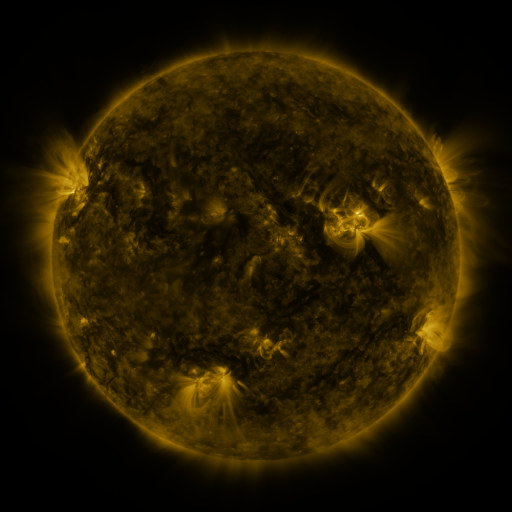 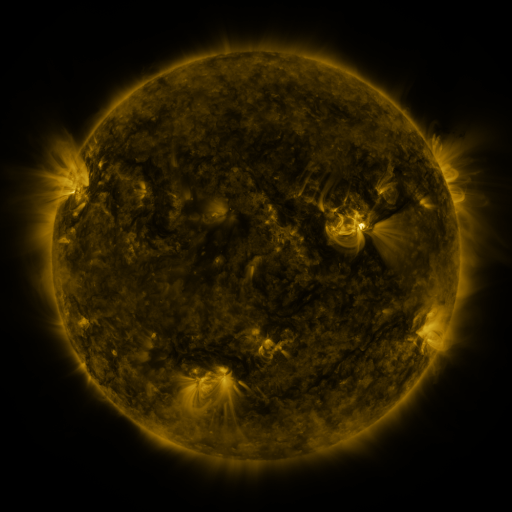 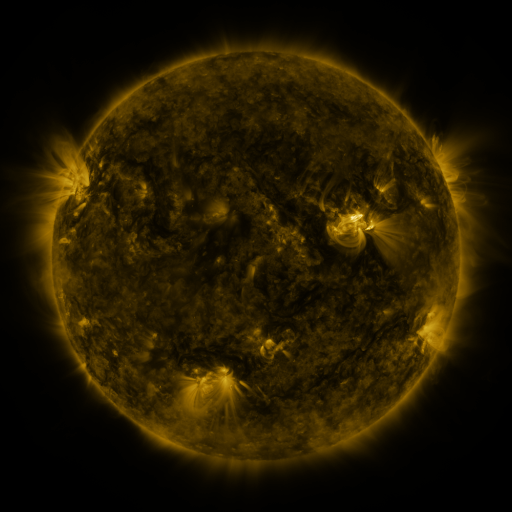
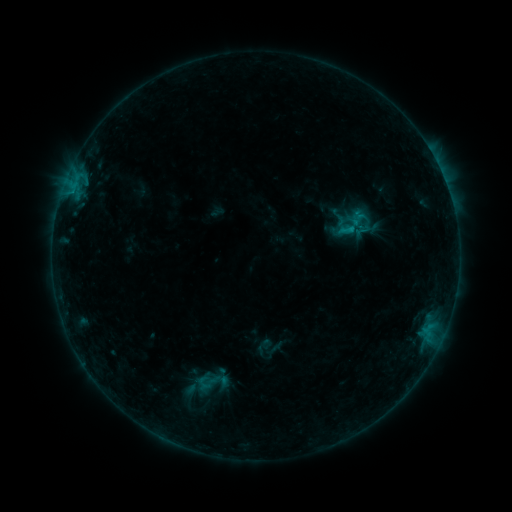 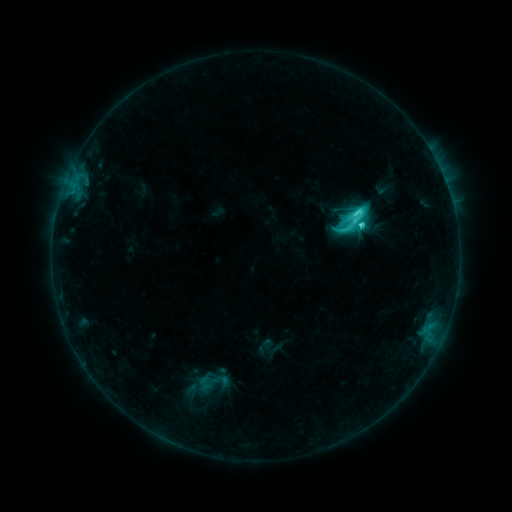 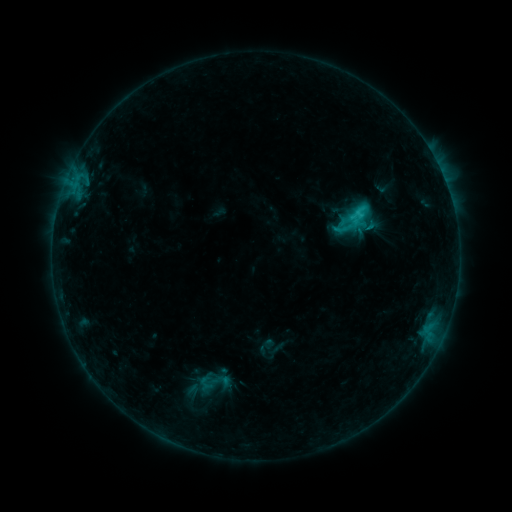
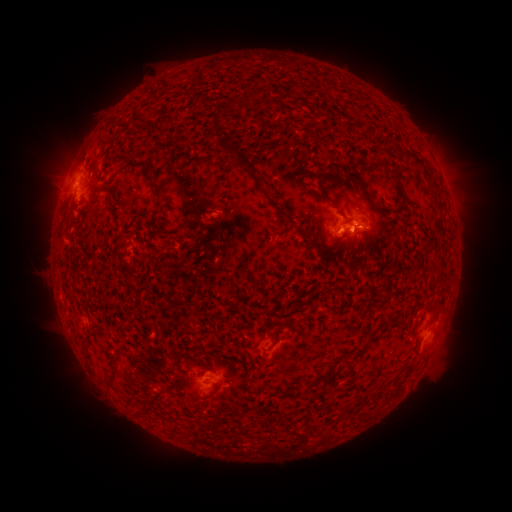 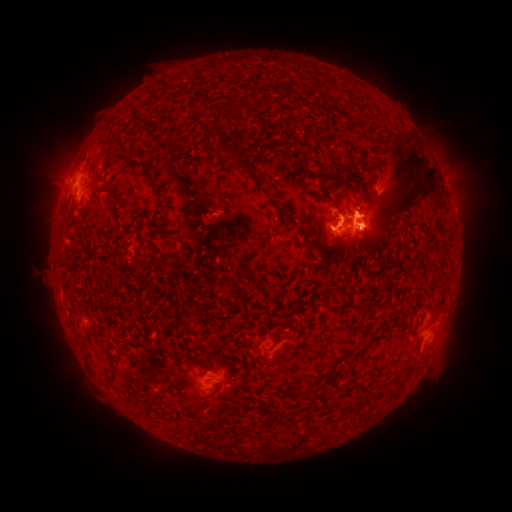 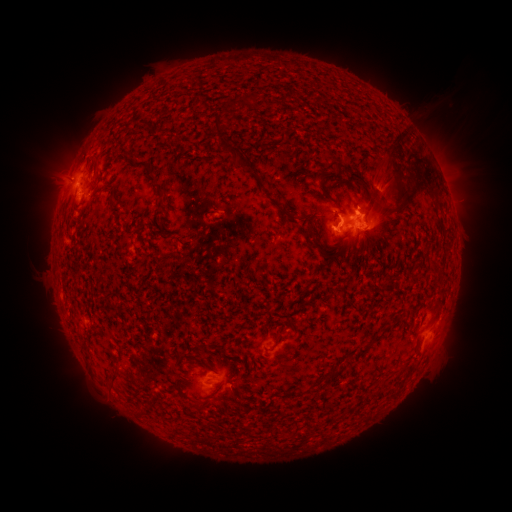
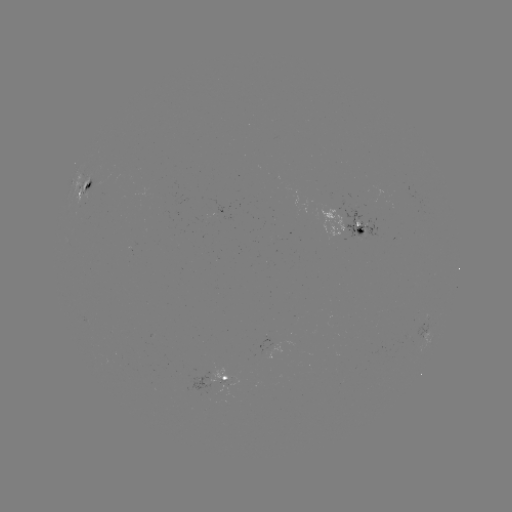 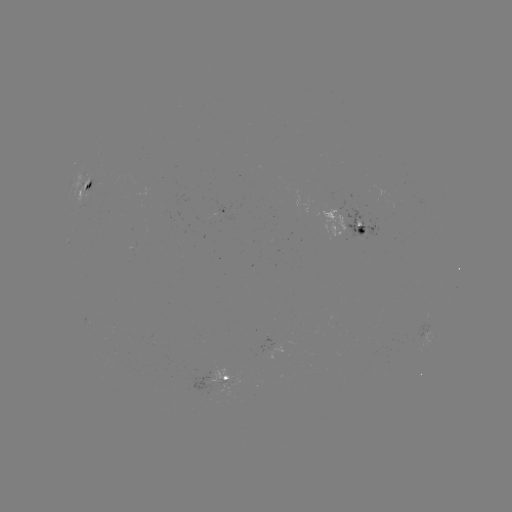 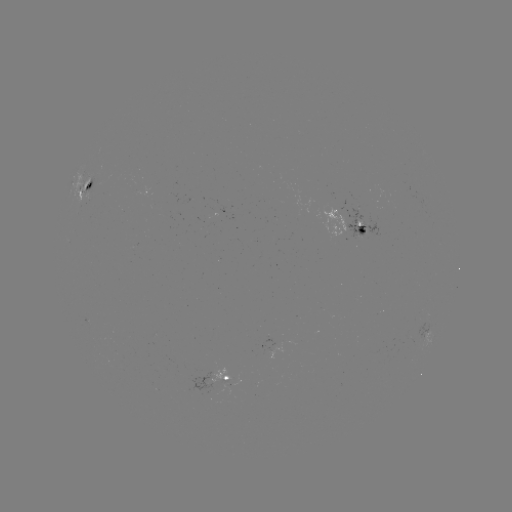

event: eruption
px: (393, 174)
